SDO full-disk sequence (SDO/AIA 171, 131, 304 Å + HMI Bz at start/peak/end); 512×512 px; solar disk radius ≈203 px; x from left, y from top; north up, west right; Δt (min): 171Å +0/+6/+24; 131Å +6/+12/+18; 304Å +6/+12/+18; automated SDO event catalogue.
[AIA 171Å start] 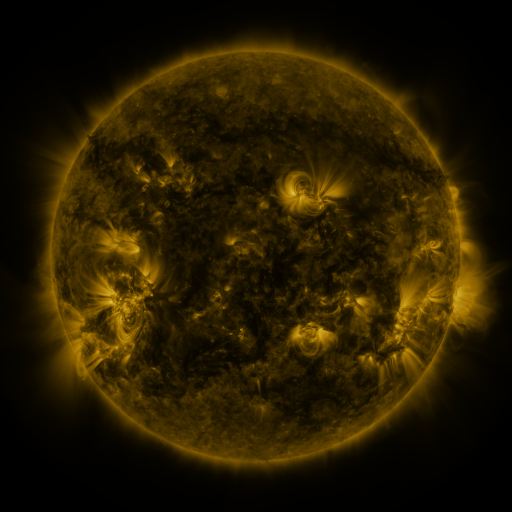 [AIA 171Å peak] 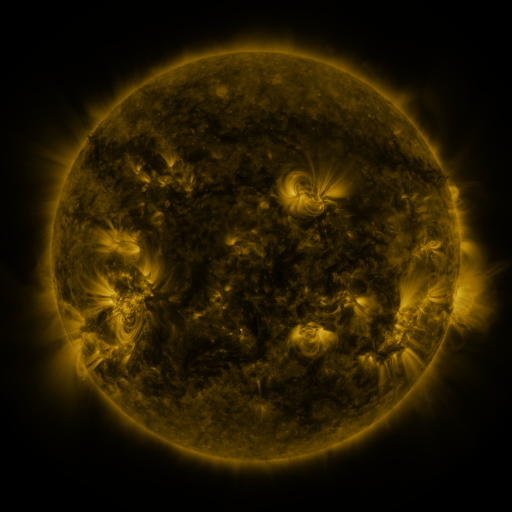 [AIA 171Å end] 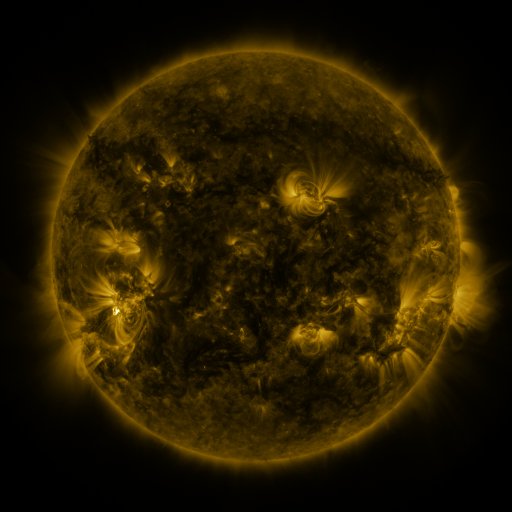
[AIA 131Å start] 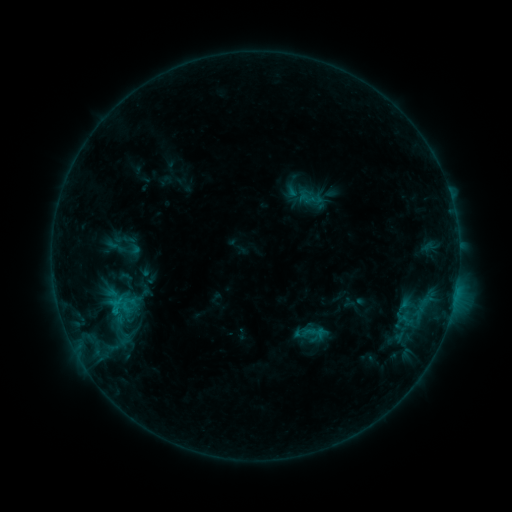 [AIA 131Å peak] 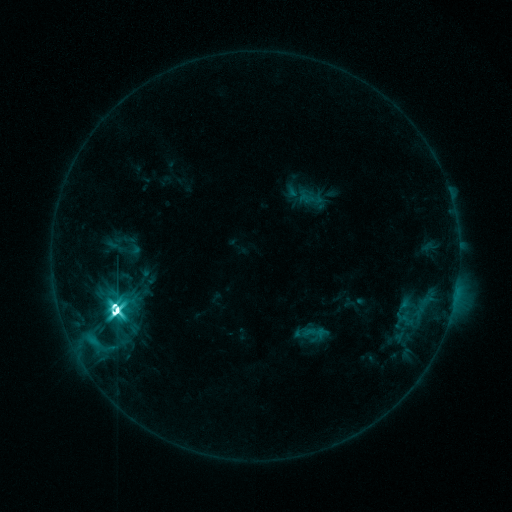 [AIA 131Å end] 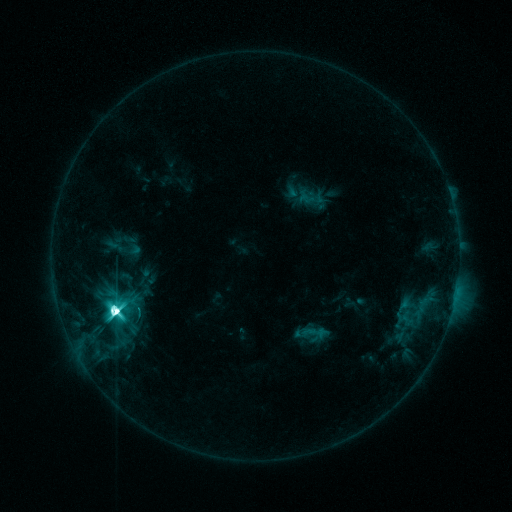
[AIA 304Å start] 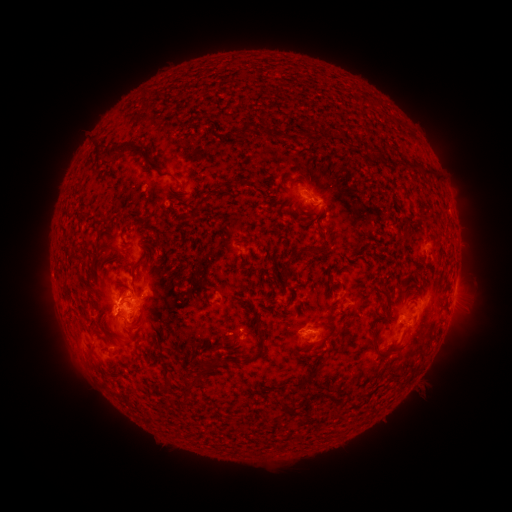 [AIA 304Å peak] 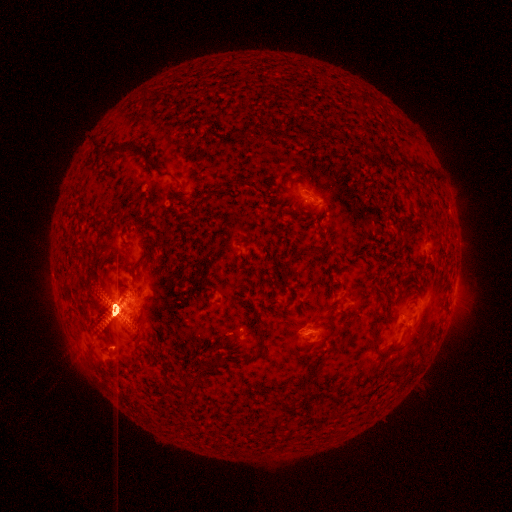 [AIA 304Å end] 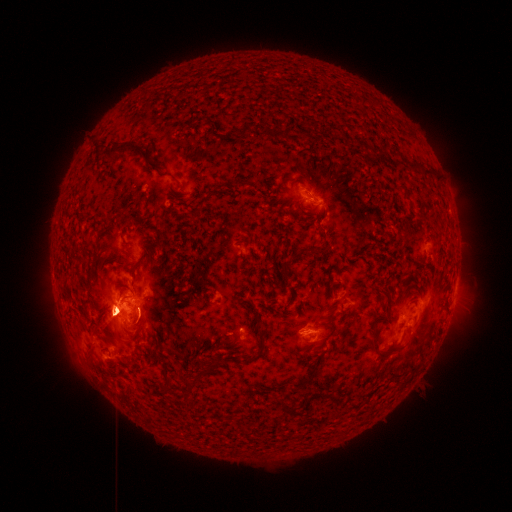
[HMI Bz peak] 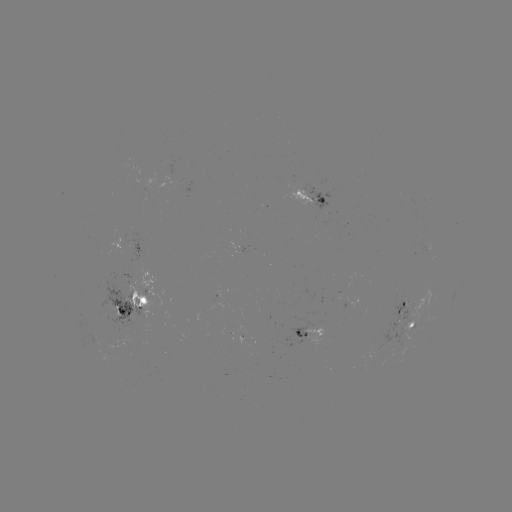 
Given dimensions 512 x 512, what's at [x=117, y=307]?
X3.3 flare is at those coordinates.